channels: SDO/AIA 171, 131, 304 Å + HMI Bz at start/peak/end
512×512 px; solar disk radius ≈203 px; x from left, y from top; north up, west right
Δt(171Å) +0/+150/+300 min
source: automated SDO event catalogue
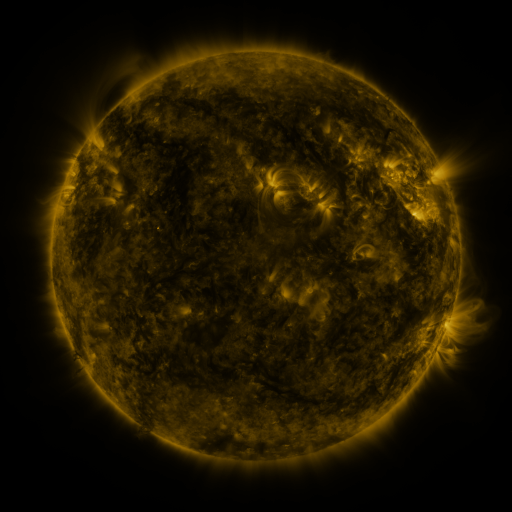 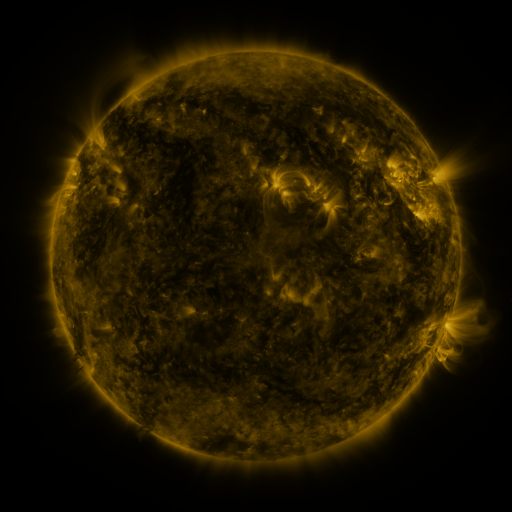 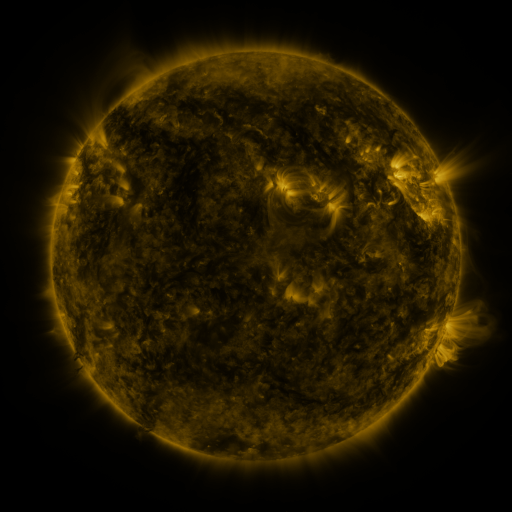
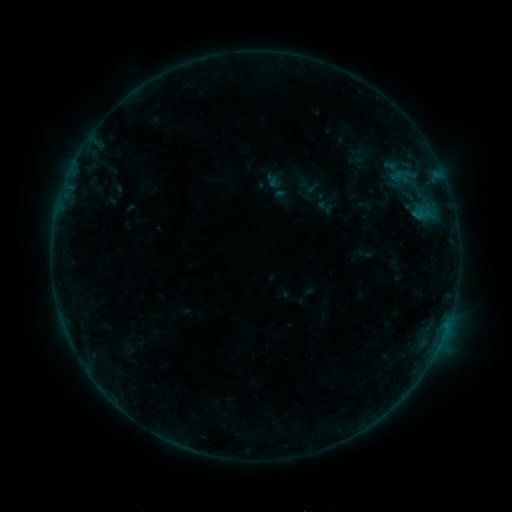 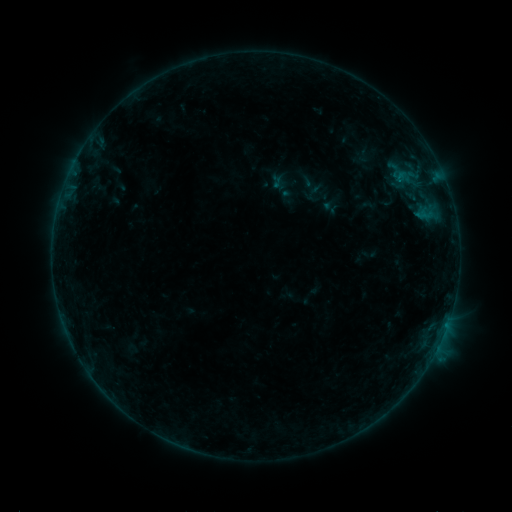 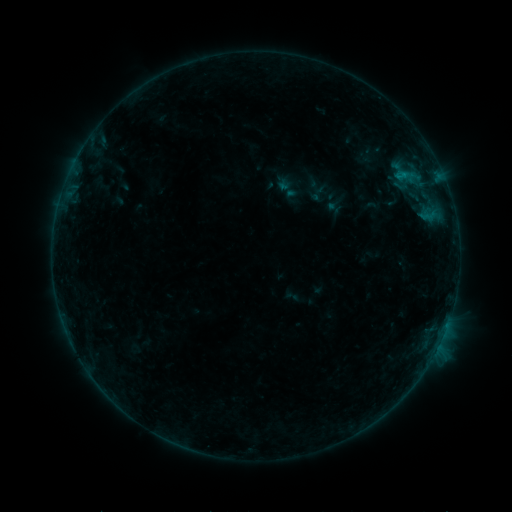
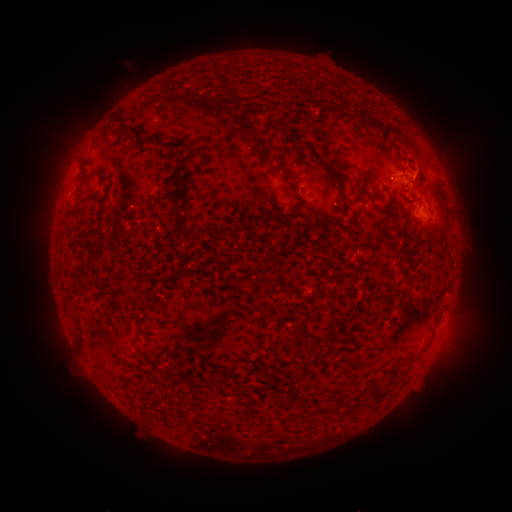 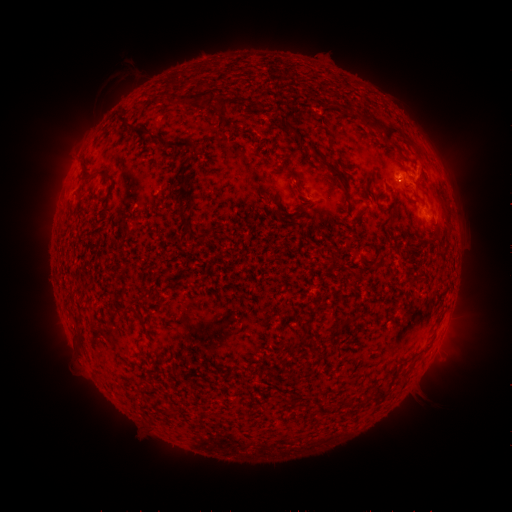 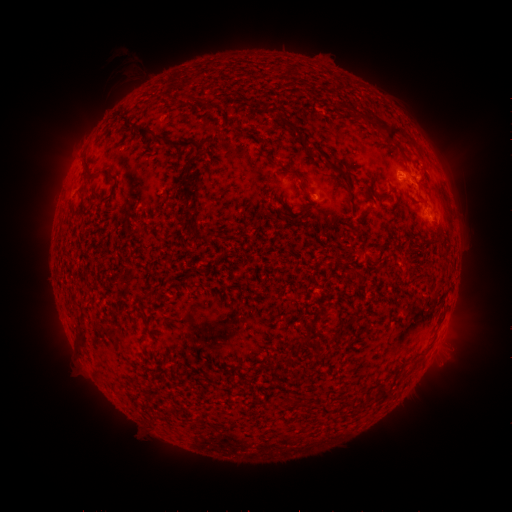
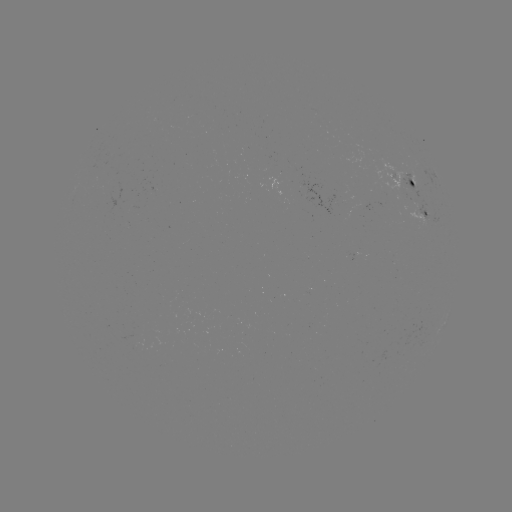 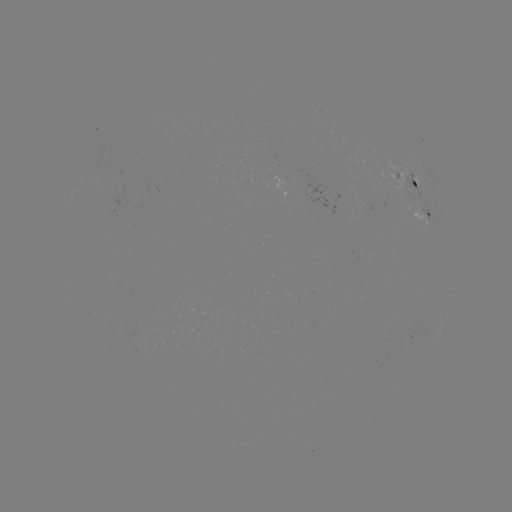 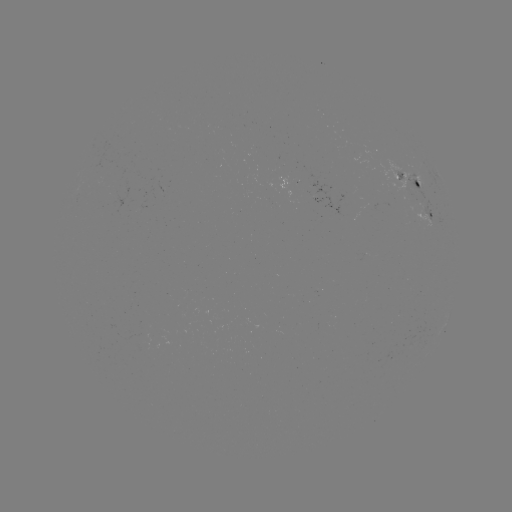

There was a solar filament eruption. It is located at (243, 90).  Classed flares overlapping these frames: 1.